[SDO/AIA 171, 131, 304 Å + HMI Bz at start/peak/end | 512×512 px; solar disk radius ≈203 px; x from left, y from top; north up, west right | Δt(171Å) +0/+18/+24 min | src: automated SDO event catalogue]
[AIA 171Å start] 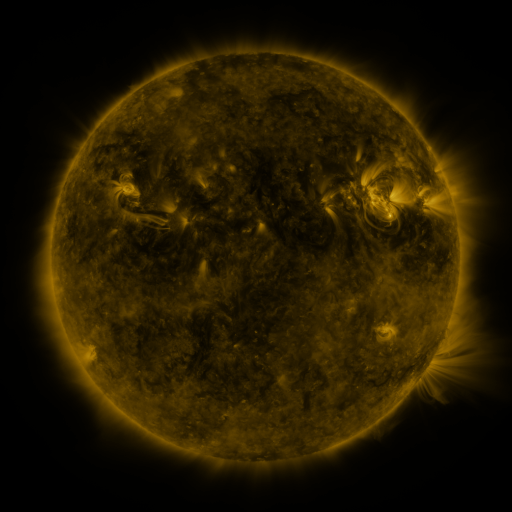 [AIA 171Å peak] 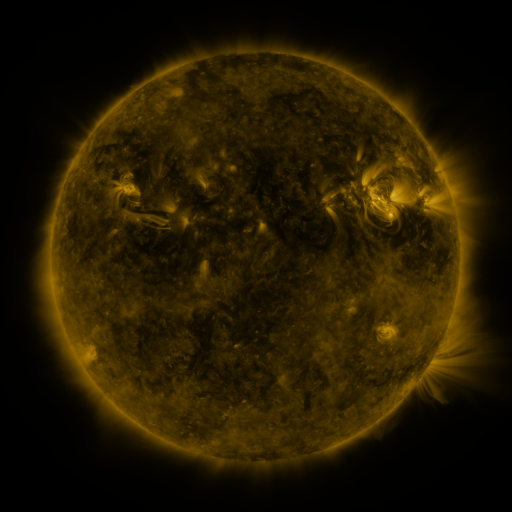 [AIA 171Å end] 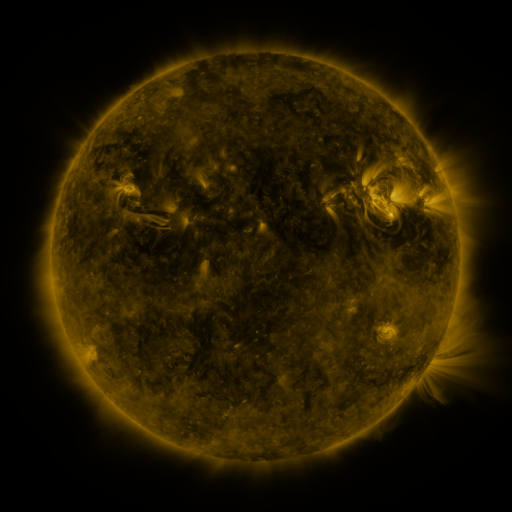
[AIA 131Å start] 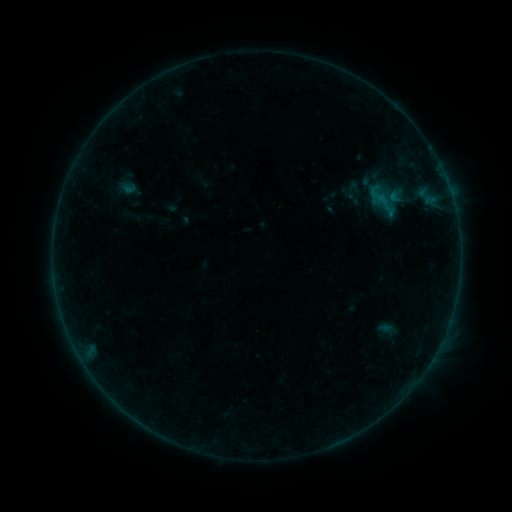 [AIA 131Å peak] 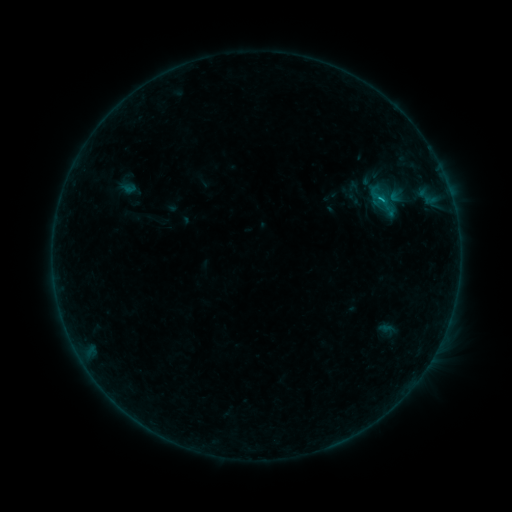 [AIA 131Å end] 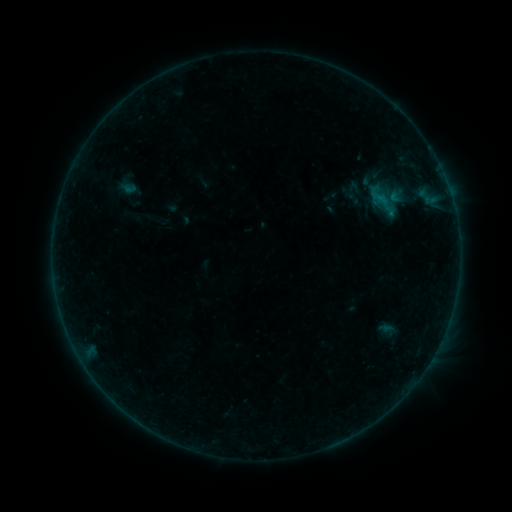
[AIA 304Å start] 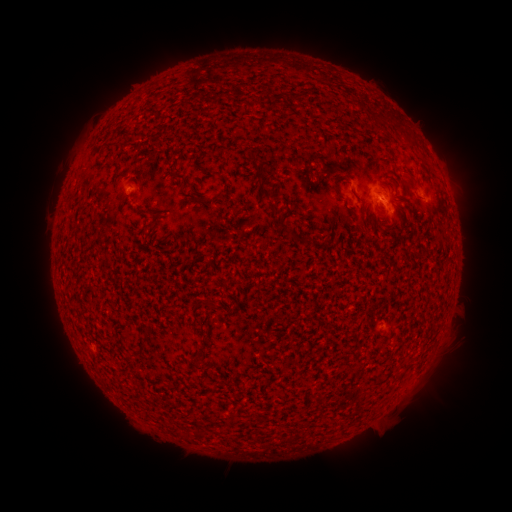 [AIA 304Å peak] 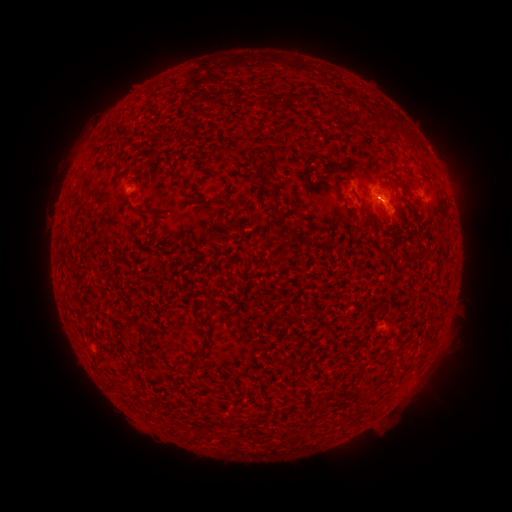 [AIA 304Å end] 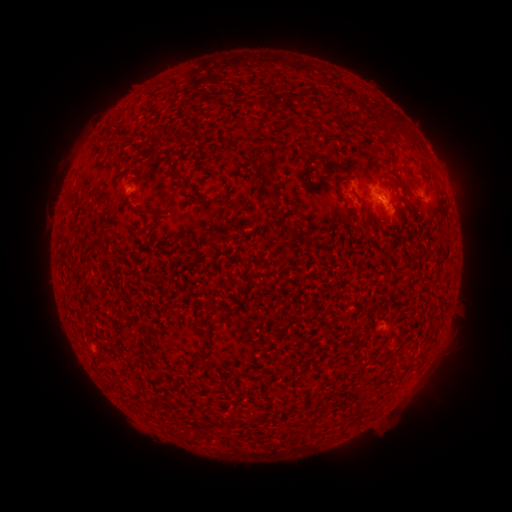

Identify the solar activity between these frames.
B3.7 flare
